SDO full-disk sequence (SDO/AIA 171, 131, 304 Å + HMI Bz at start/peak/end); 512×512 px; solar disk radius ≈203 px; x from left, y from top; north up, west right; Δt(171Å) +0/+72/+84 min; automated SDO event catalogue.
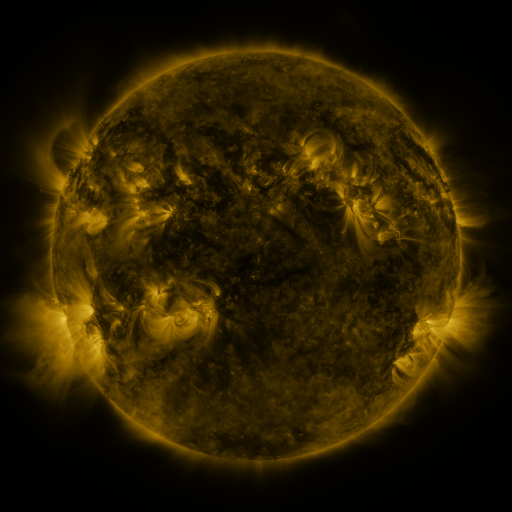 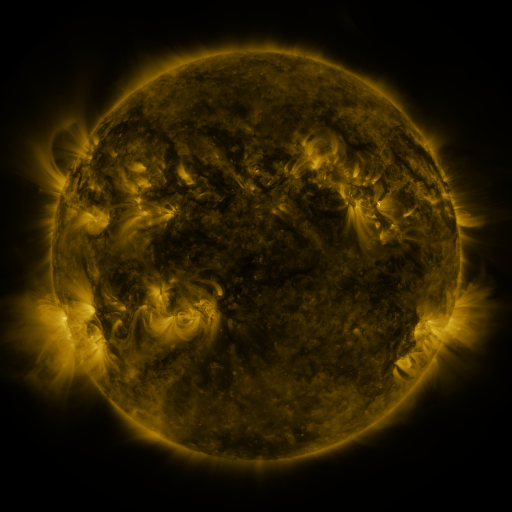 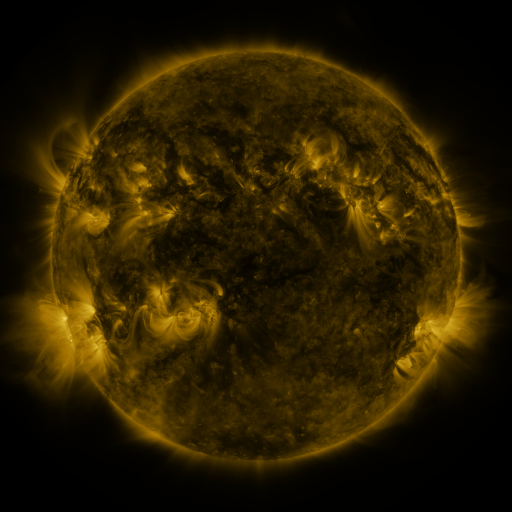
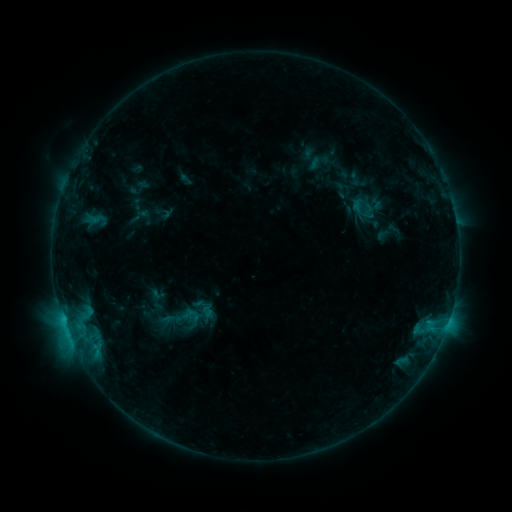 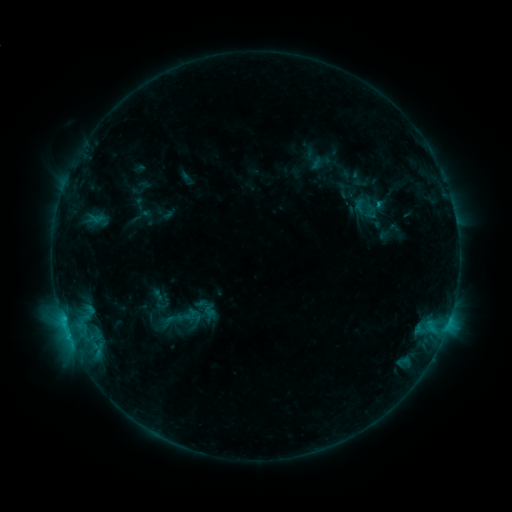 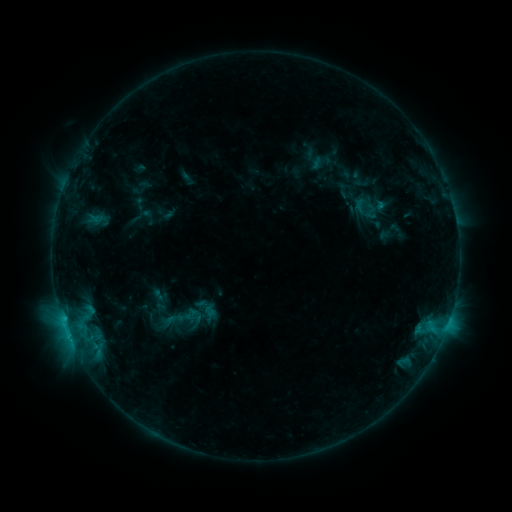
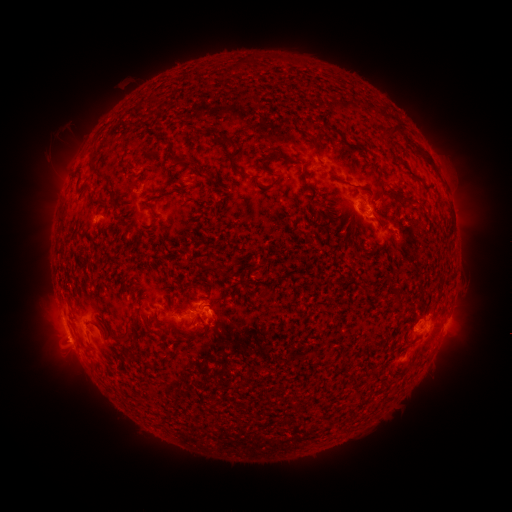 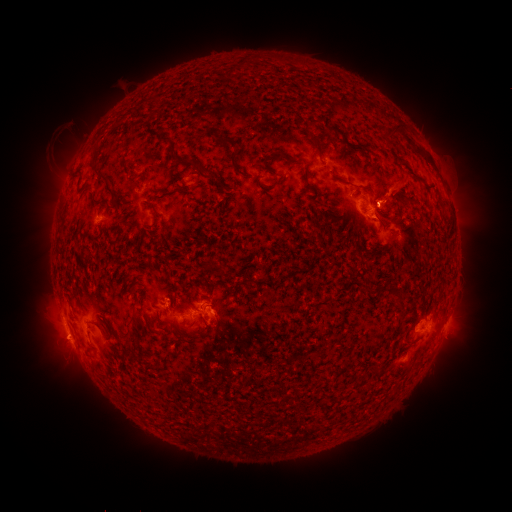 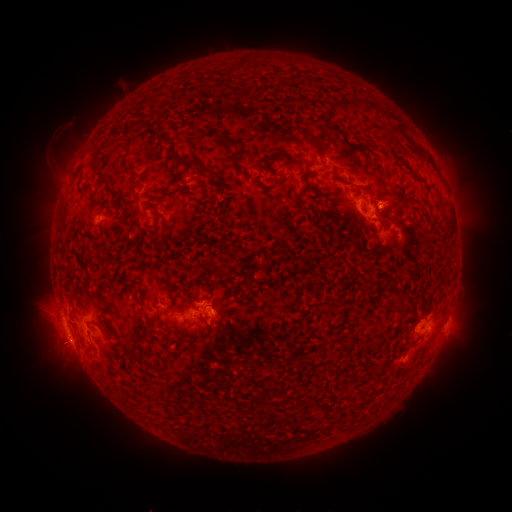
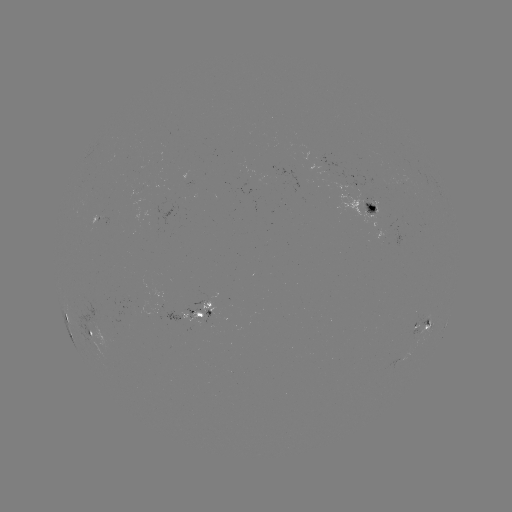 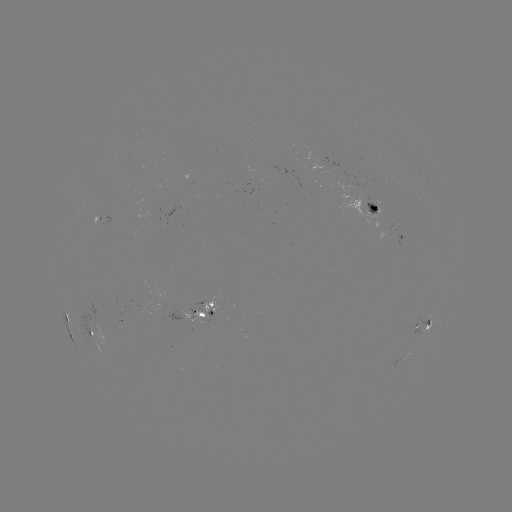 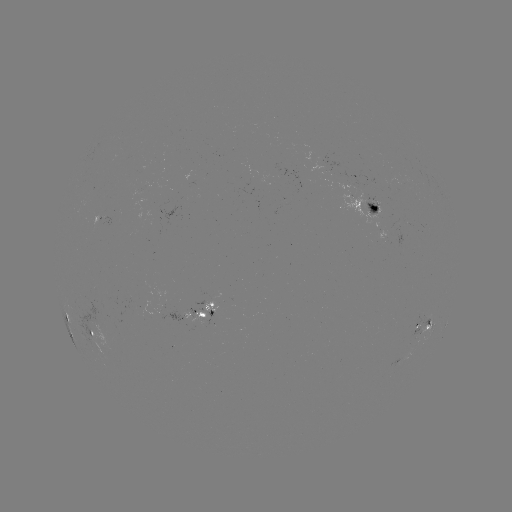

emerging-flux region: <bbox>362, 200, 379, 216</bbox>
